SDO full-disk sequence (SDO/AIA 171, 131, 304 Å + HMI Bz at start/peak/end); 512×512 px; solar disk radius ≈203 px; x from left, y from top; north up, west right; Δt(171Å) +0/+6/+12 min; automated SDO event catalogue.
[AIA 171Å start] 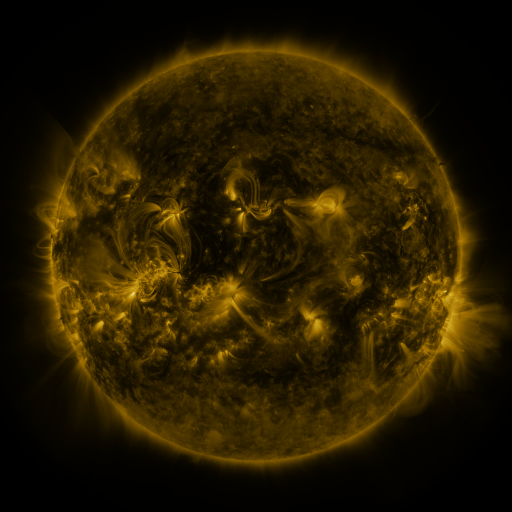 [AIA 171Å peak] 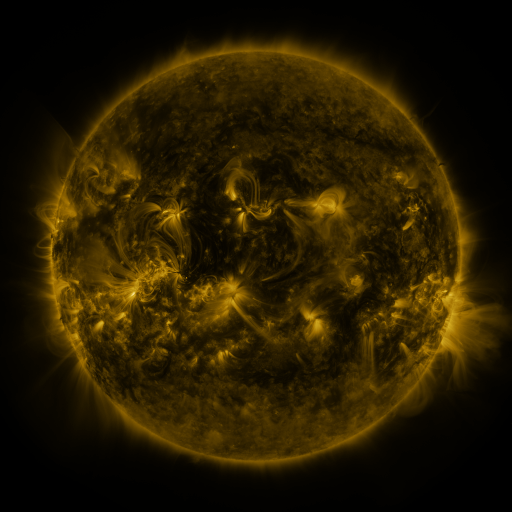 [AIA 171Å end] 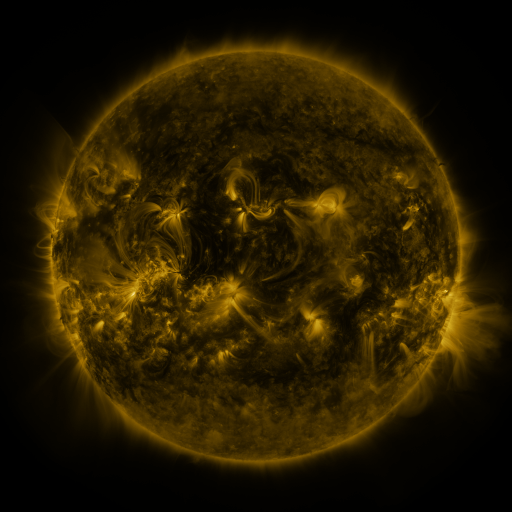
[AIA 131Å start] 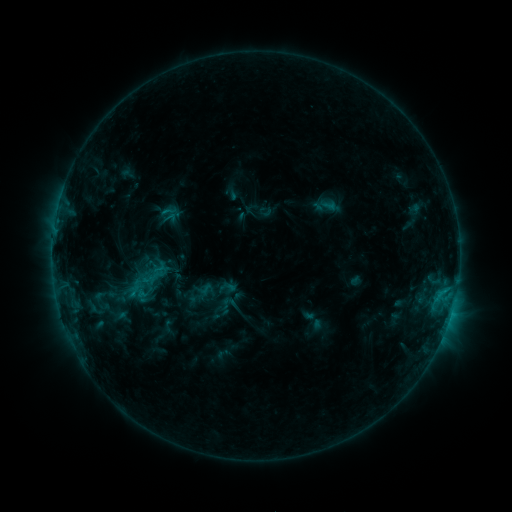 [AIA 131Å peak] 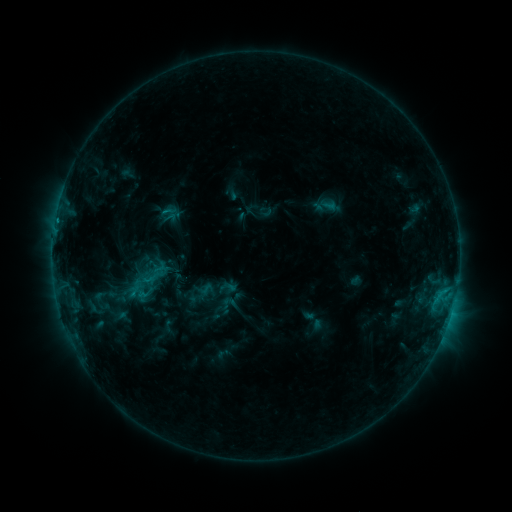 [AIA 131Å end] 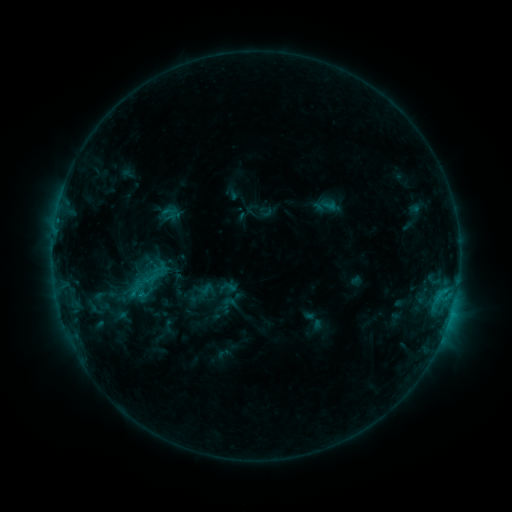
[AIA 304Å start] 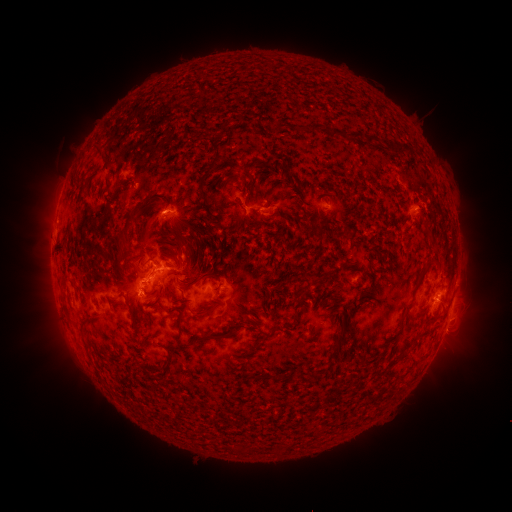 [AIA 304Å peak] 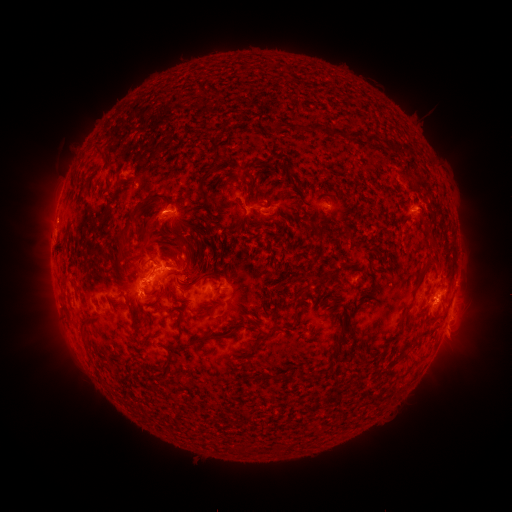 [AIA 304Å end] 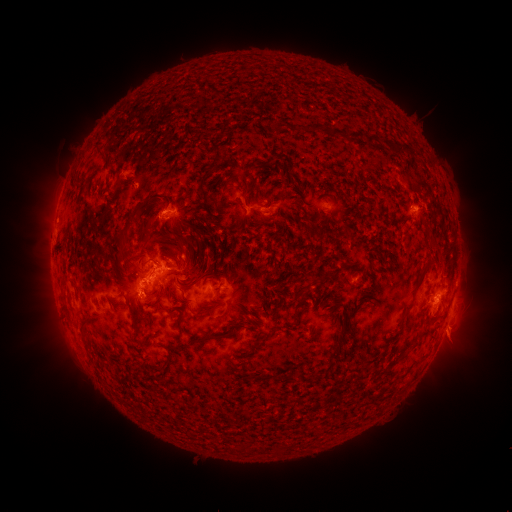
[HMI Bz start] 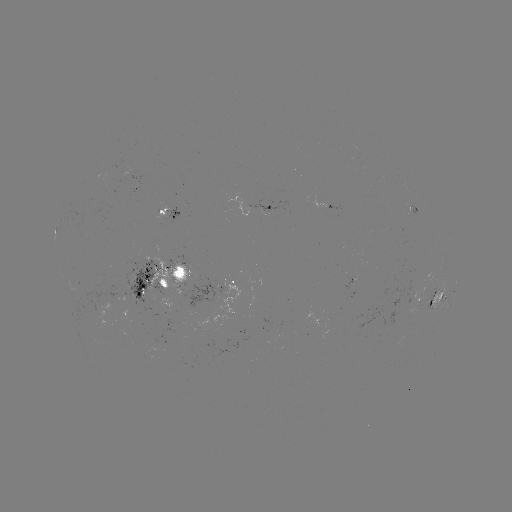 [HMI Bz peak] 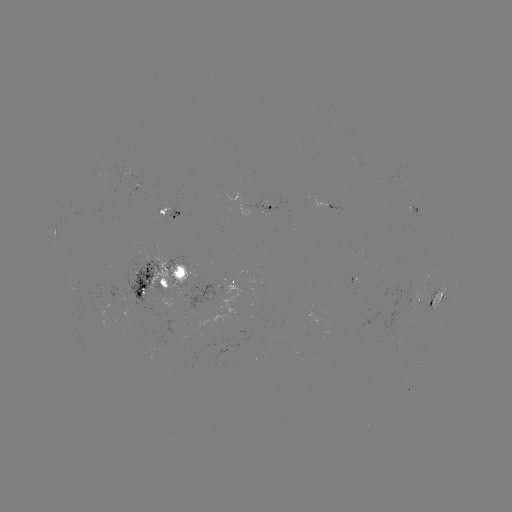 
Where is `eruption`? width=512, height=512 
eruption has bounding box [438, 315, 475, 358].